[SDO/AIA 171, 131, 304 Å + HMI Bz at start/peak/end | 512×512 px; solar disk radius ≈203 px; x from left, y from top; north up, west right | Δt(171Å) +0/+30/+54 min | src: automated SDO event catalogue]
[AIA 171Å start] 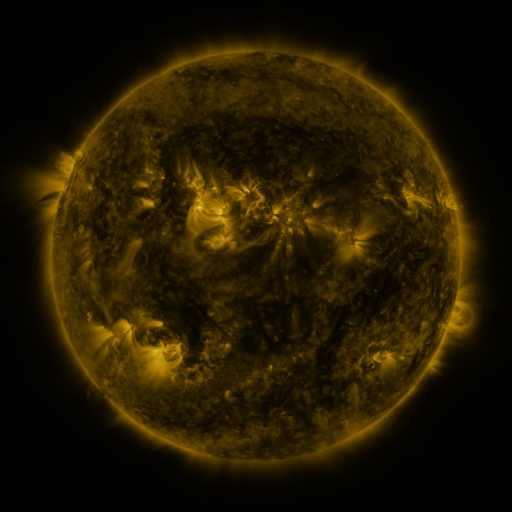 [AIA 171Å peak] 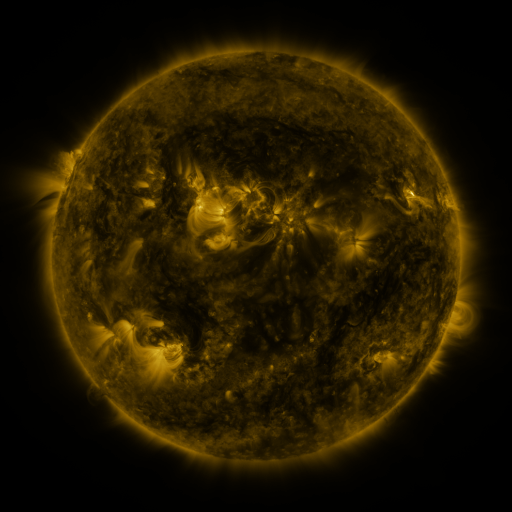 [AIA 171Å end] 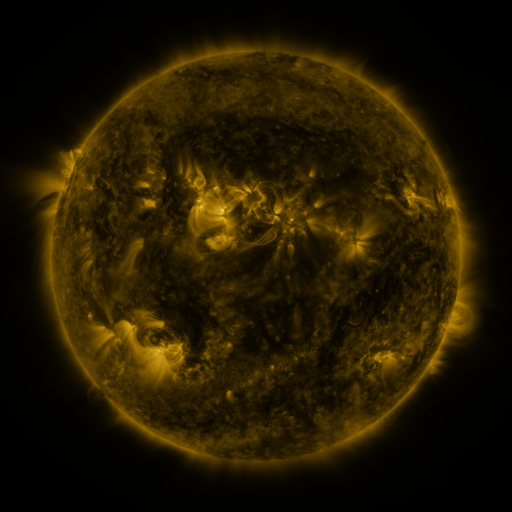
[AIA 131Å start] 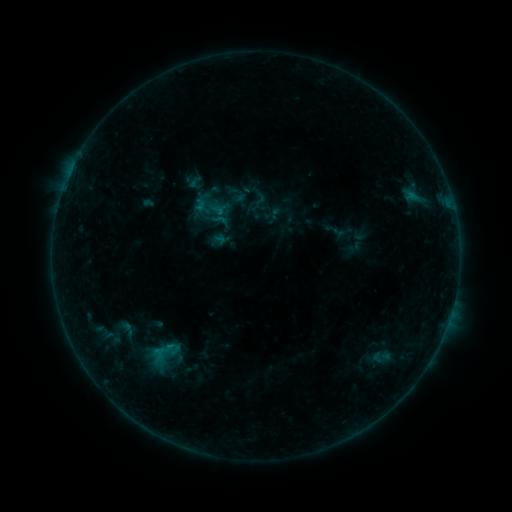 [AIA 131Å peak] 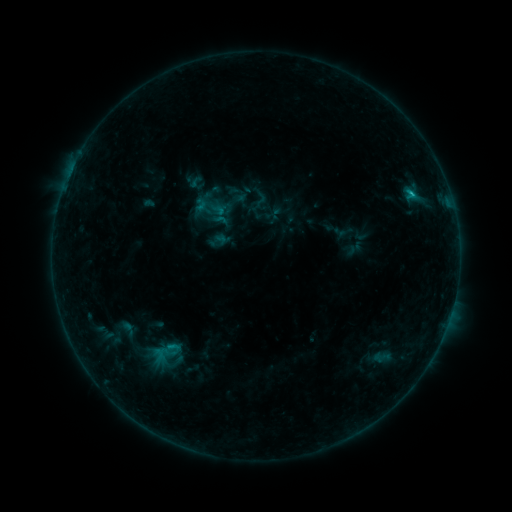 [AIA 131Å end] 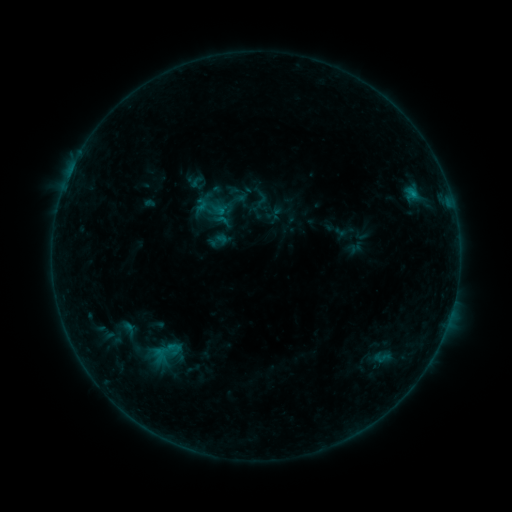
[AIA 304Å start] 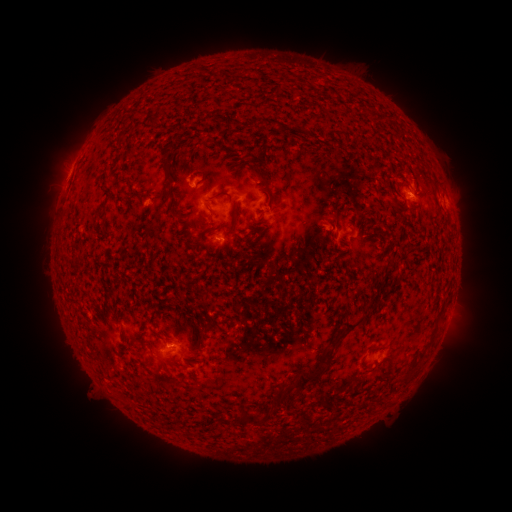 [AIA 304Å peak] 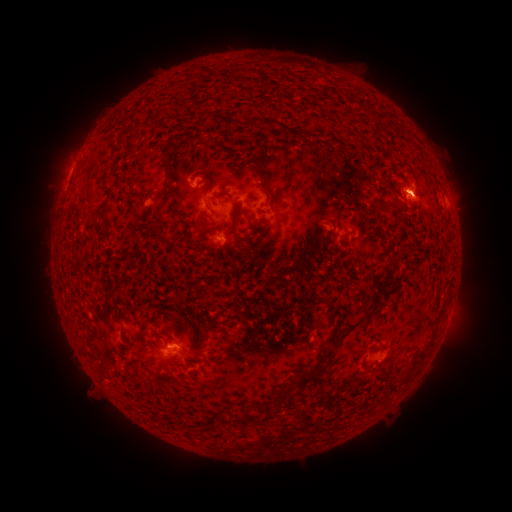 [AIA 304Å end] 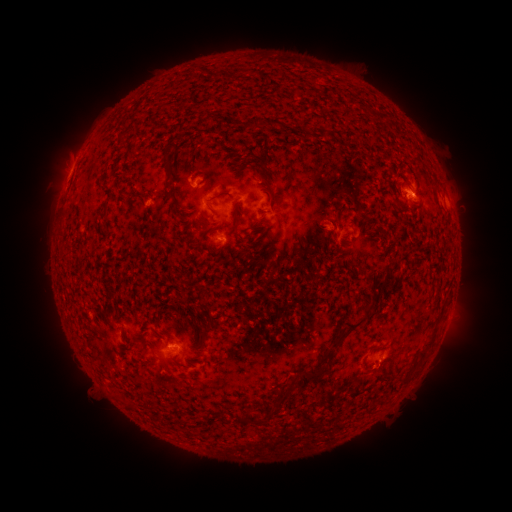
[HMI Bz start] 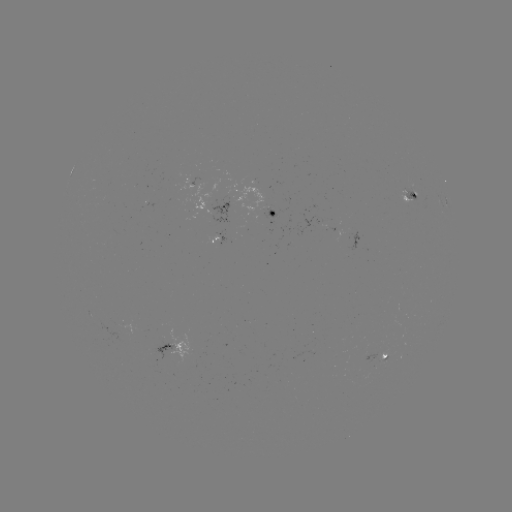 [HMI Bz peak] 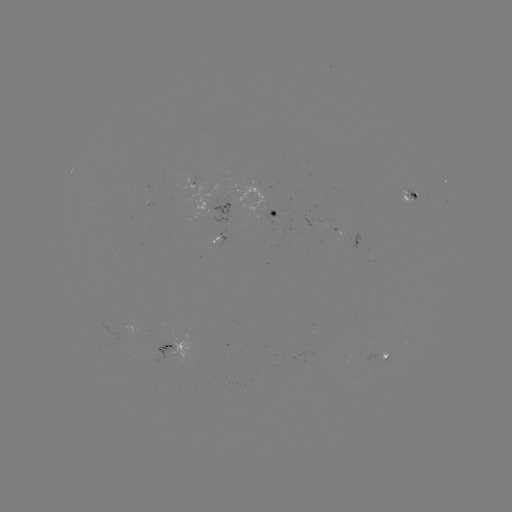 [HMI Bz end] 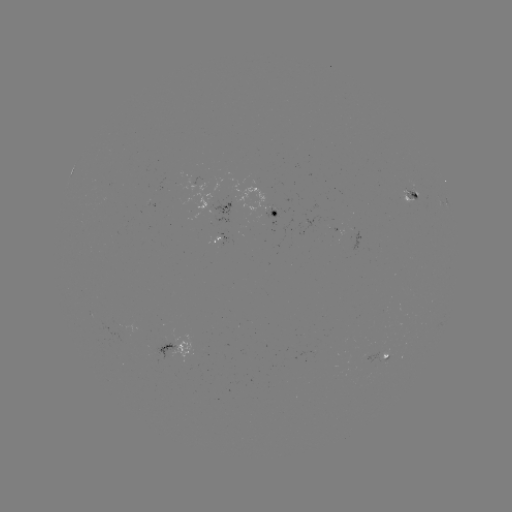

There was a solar flare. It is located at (410, 195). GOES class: B7.9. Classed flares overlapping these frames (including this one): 4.